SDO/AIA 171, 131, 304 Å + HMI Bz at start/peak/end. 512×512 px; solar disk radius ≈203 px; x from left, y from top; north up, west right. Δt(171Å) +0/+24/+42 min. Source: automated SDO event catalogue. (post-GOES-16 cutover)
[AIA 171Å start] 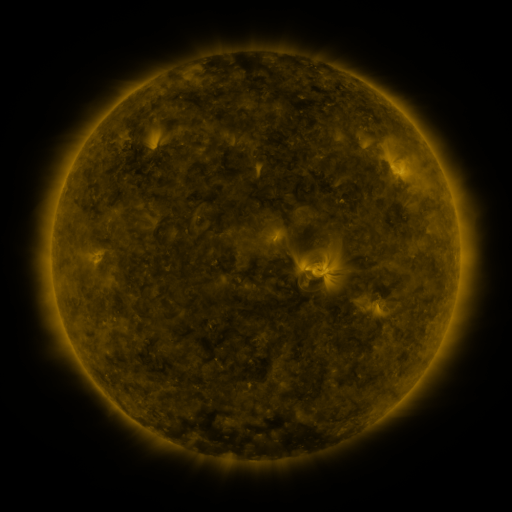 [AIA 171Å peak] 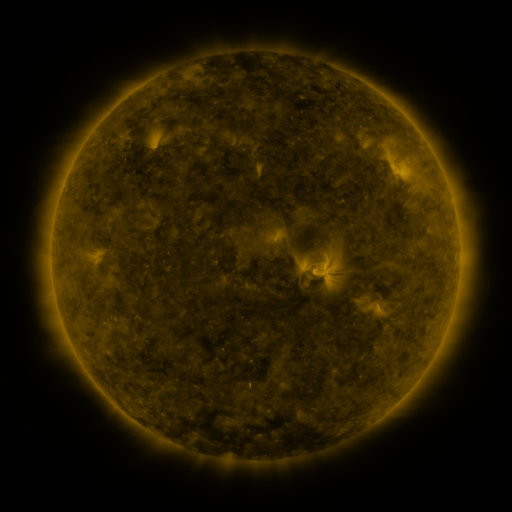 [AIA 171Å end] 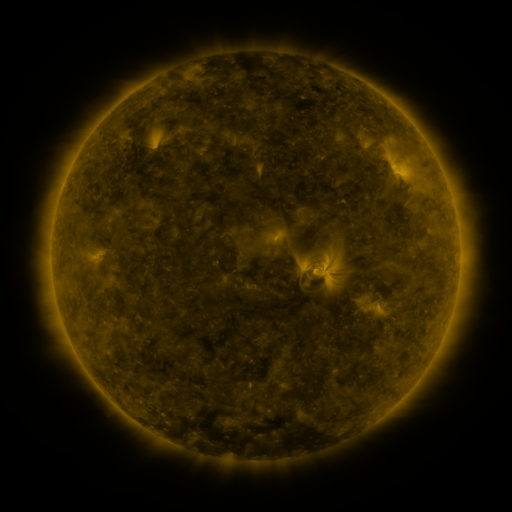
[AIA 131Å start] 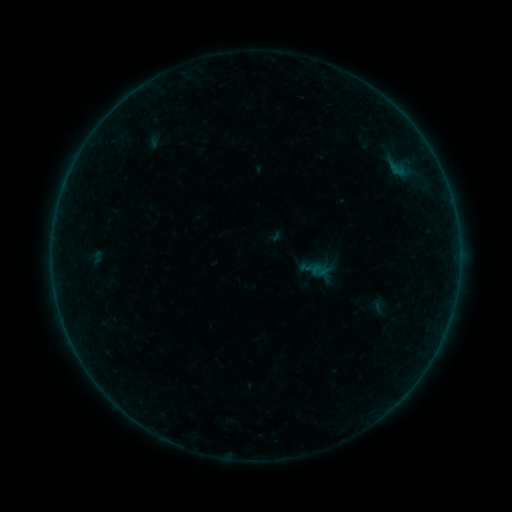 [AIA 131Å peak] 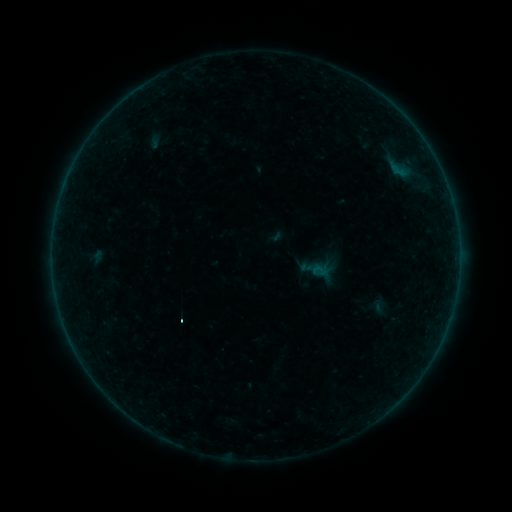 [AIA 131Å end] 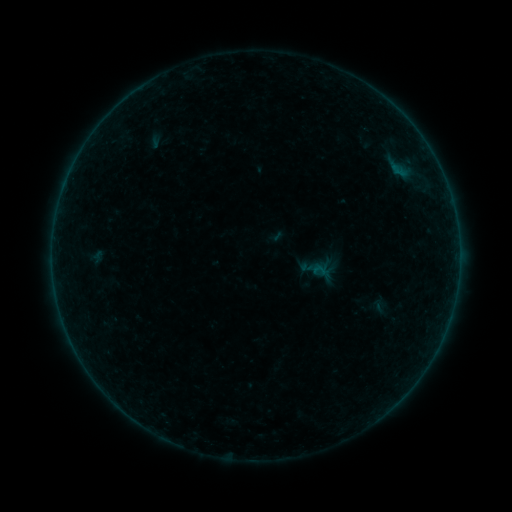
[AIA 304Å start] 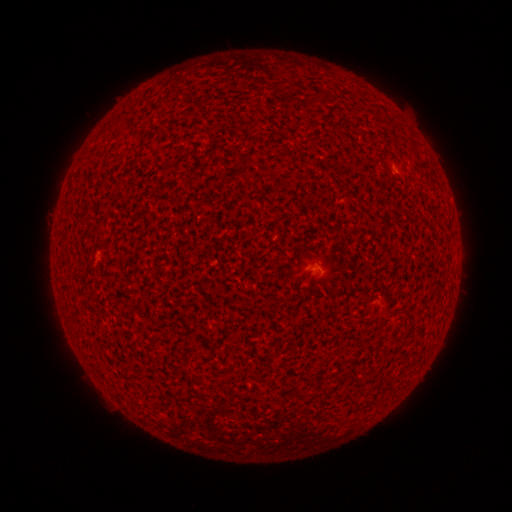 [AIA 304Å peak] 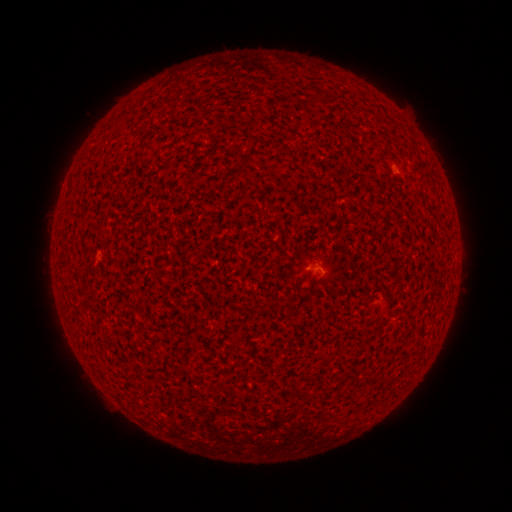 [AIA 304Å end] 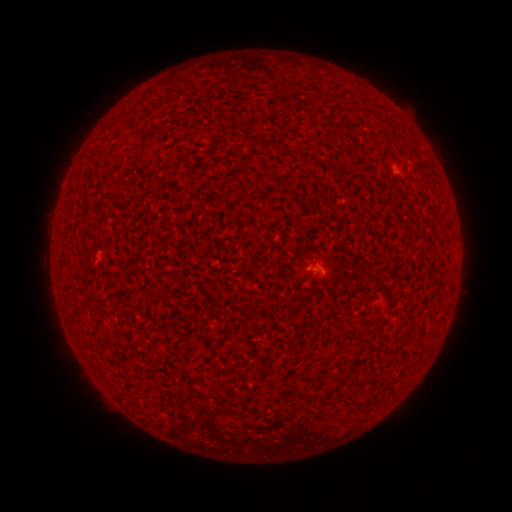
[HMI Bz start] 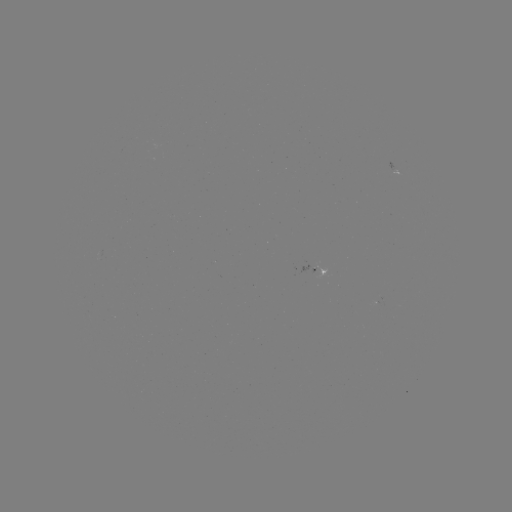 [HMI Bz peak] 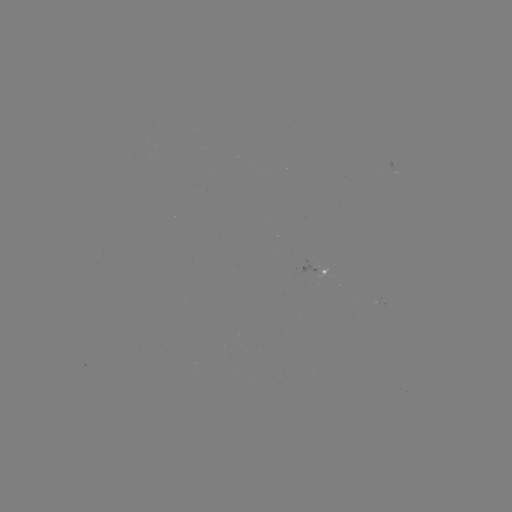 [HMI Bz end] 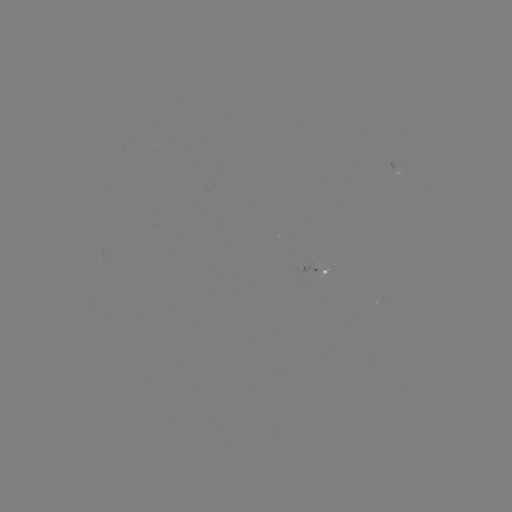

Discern A6.2 flare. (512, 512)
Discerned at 315,266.